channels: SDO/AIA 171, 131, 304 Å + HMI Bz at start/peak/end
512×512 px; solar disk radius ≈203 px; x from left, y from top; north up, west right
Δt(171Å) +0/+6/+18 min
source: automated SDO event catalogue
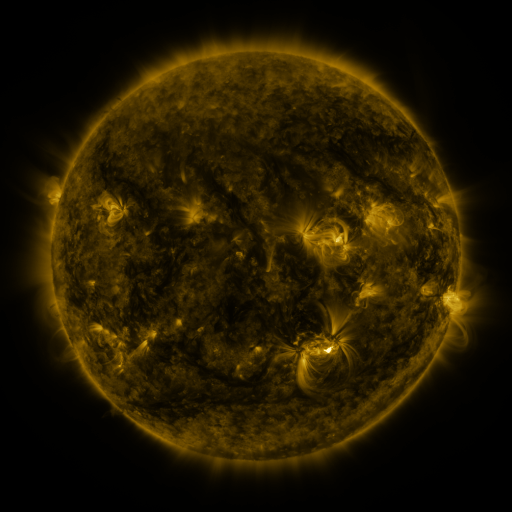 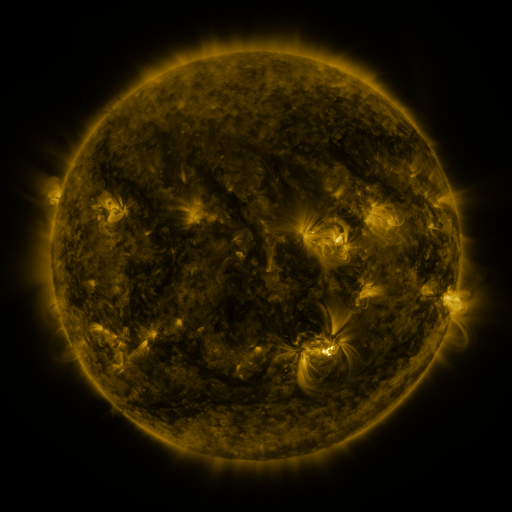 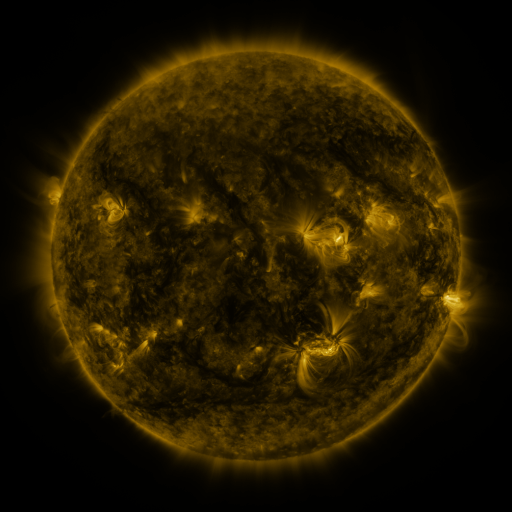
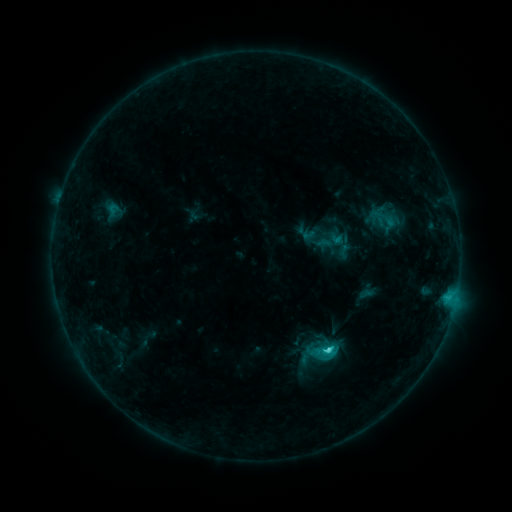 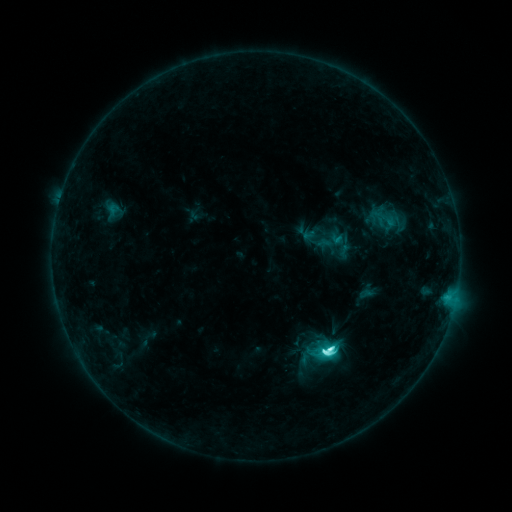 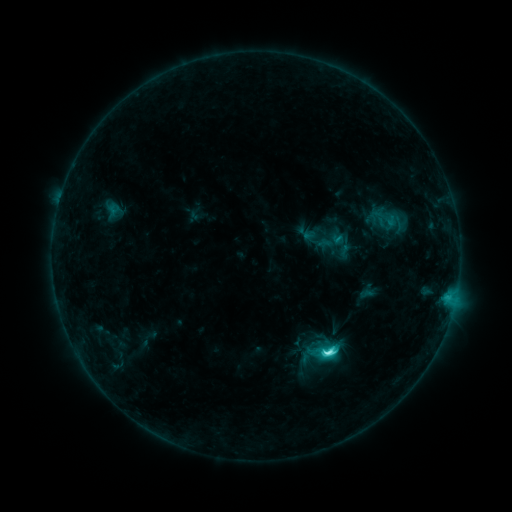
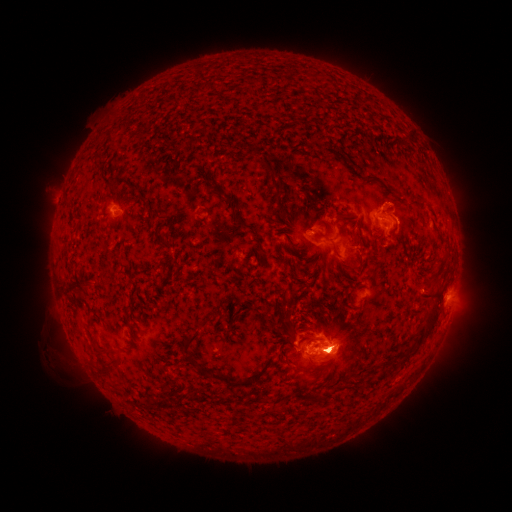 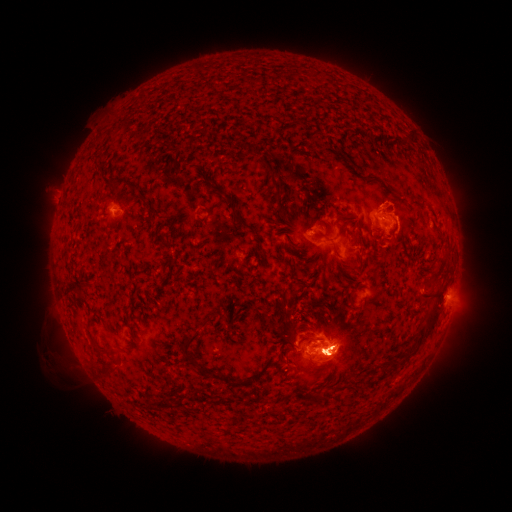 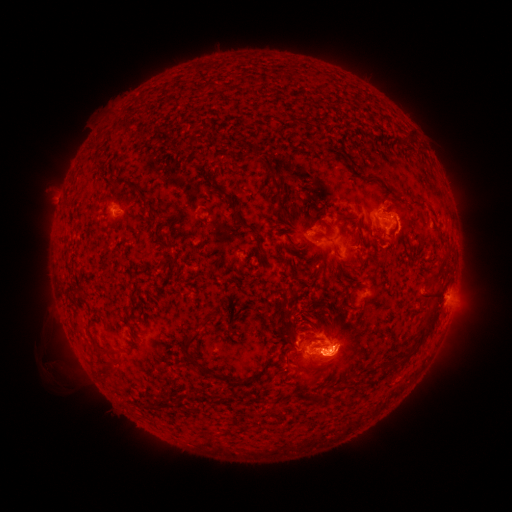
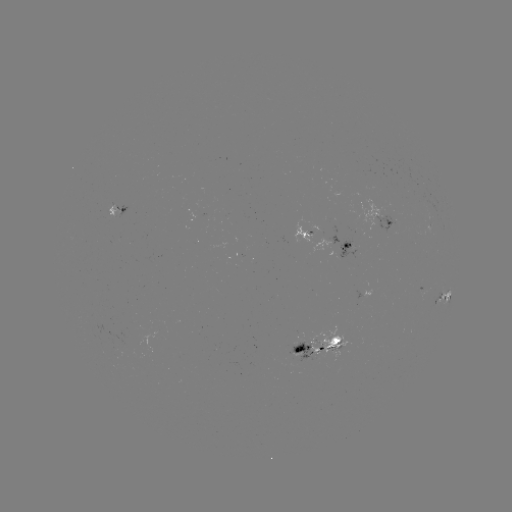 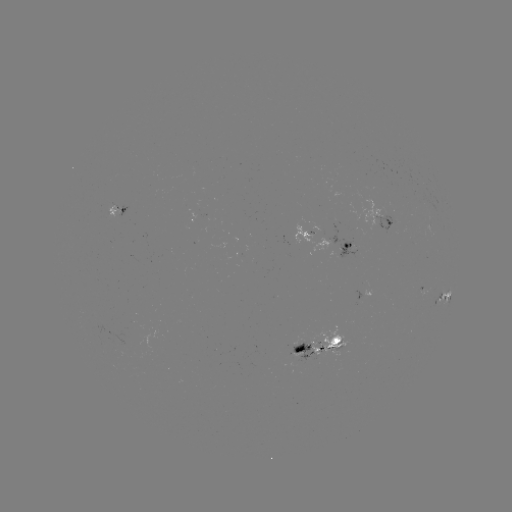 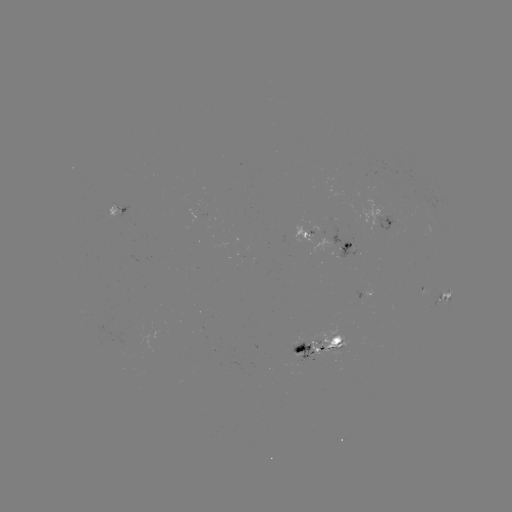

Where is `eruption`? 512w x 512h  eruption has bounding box [266, 305, 422, 399].